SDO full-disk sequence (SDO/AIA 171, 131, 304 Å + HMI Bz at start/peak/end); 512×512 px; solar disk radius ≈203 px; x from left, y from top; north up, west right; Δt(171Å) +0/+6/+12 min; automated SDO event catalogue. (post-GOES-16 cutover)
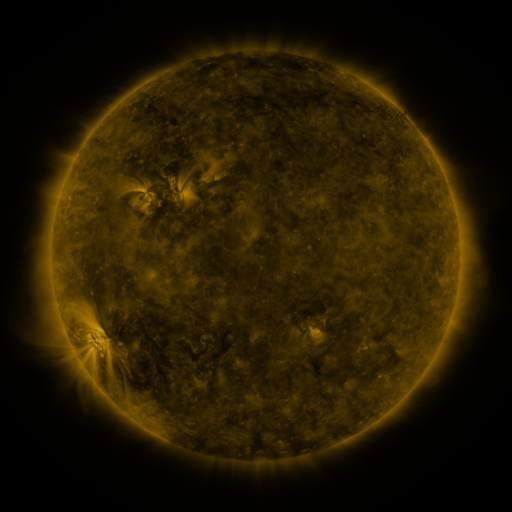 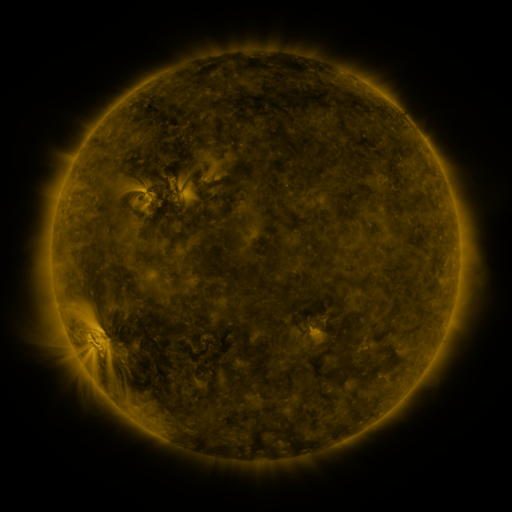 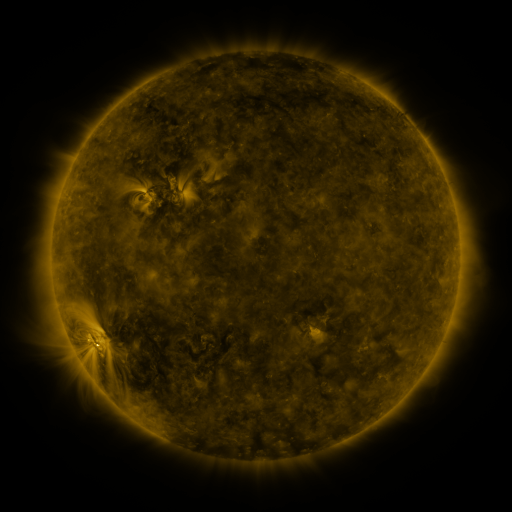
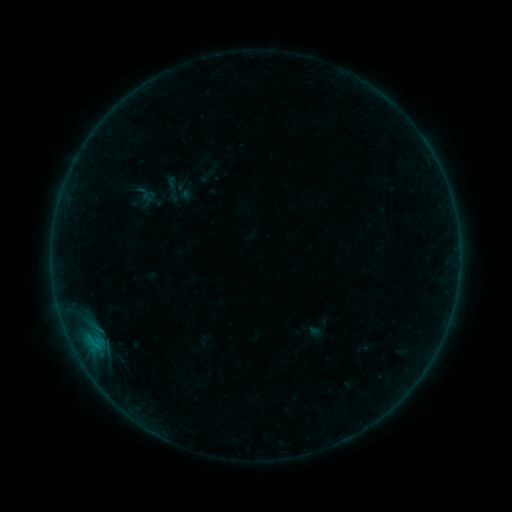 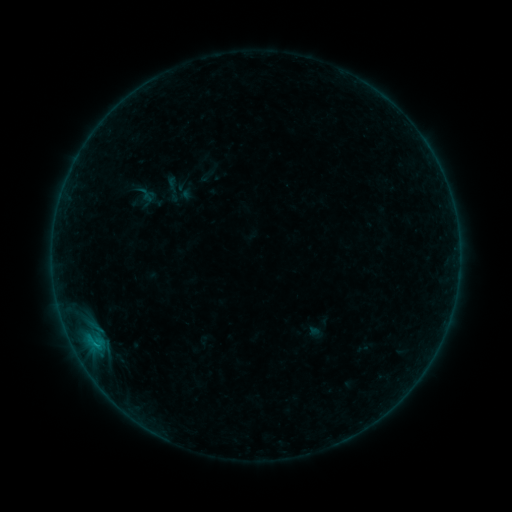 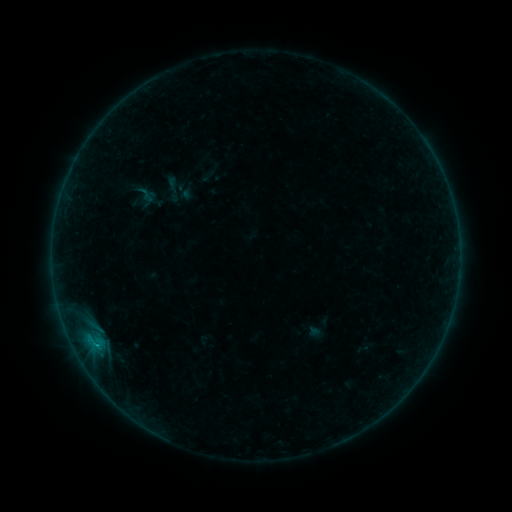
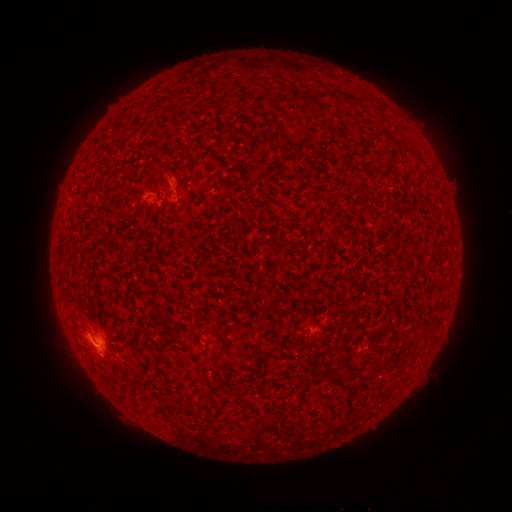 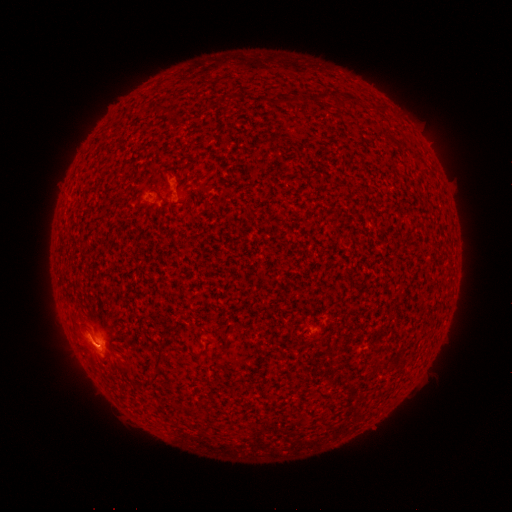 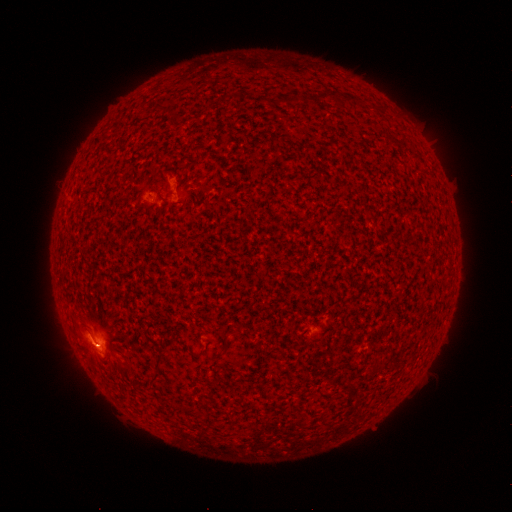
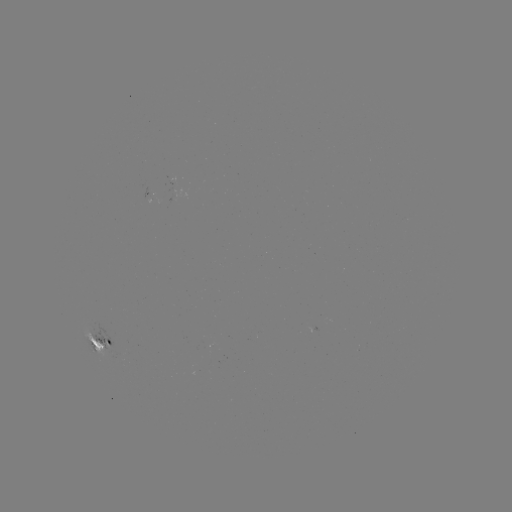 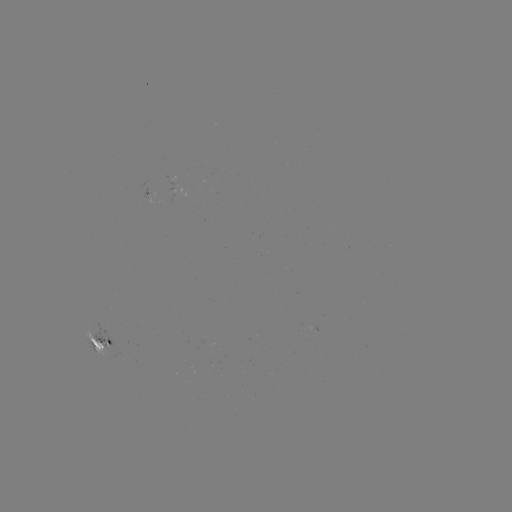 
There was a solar flare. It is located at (95, 342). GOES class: B4.4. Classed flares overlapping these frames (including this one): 2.